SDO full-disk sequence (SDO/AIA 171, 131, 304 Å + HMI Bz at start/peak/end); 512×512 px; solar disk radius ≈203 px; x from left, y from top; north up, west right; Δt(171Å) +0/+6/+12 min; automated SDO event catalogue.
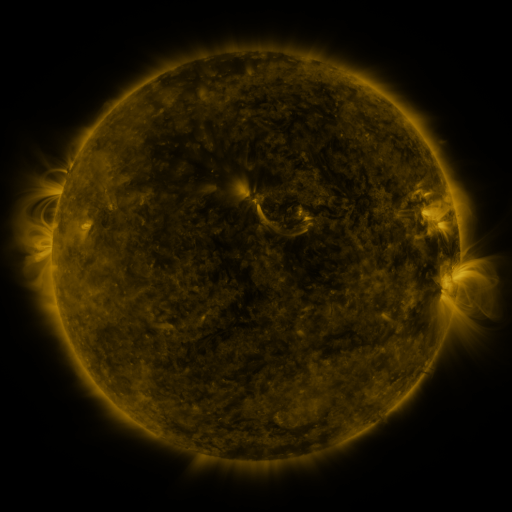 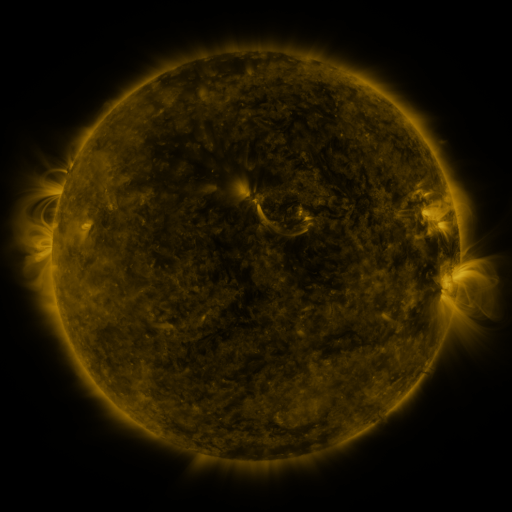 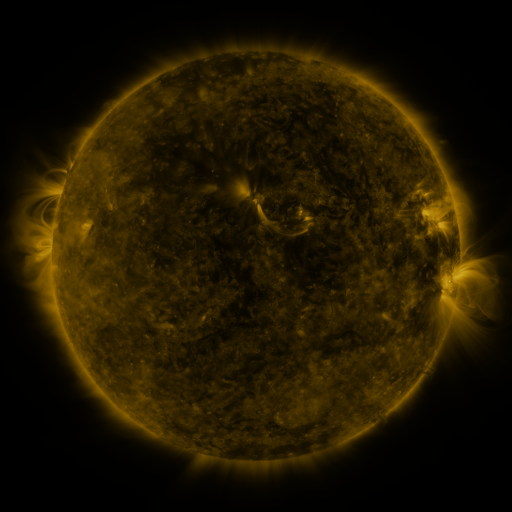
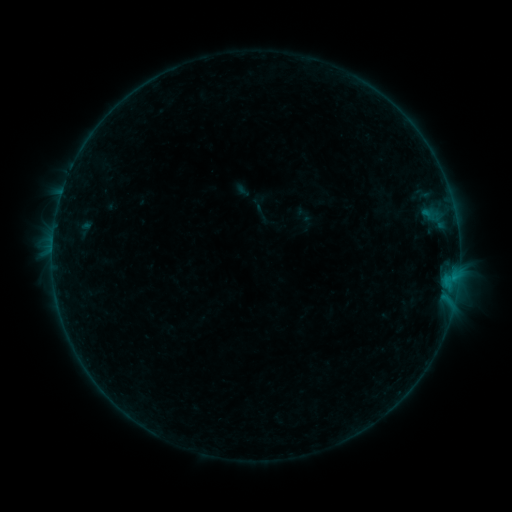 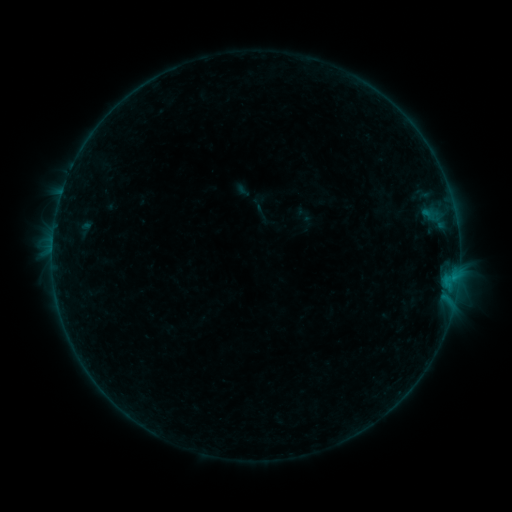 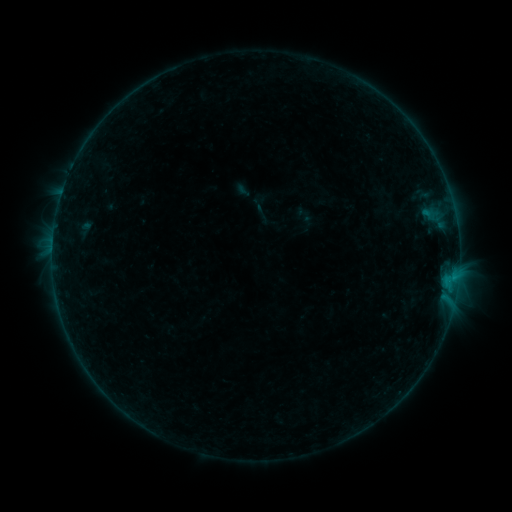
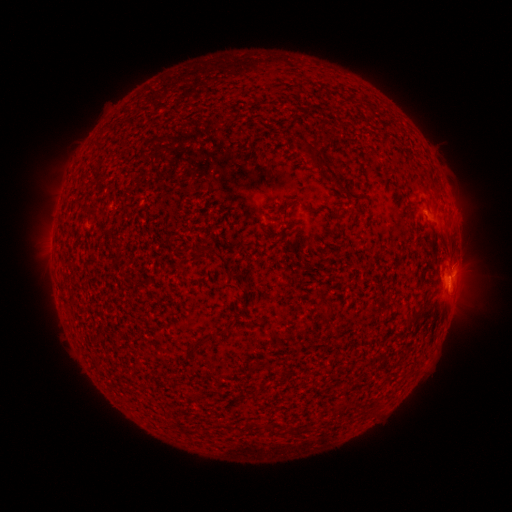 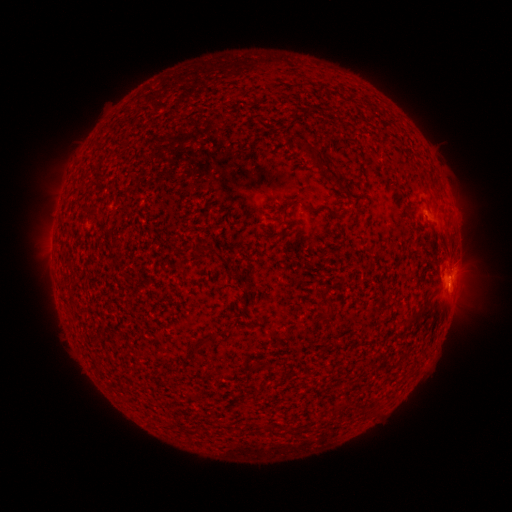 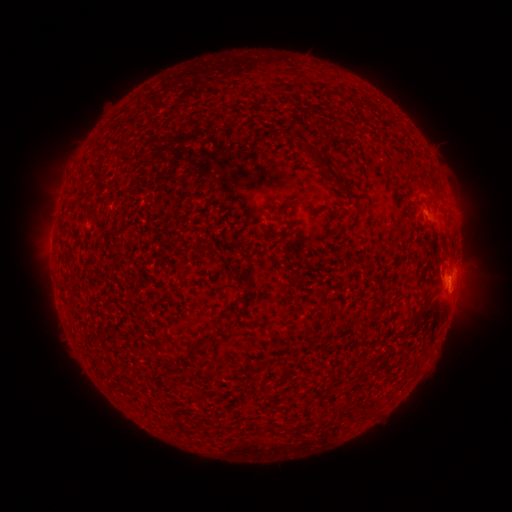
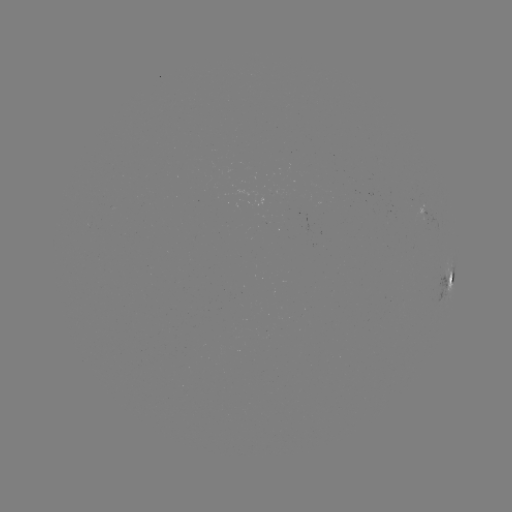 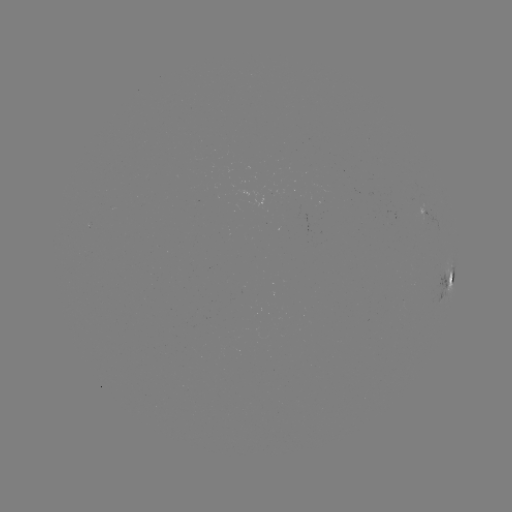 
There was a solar flare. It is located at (450, 274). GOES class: B3.2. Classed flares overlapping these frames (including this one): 1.